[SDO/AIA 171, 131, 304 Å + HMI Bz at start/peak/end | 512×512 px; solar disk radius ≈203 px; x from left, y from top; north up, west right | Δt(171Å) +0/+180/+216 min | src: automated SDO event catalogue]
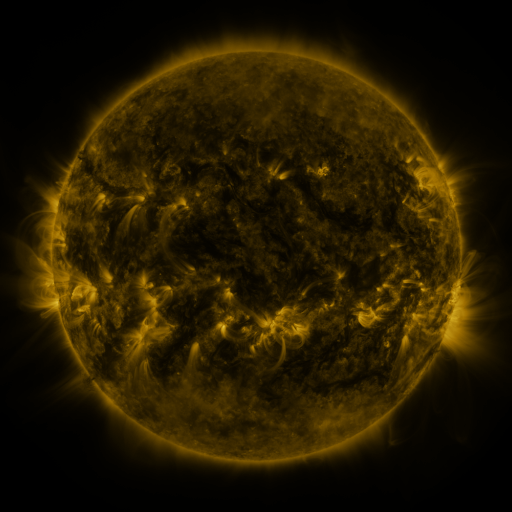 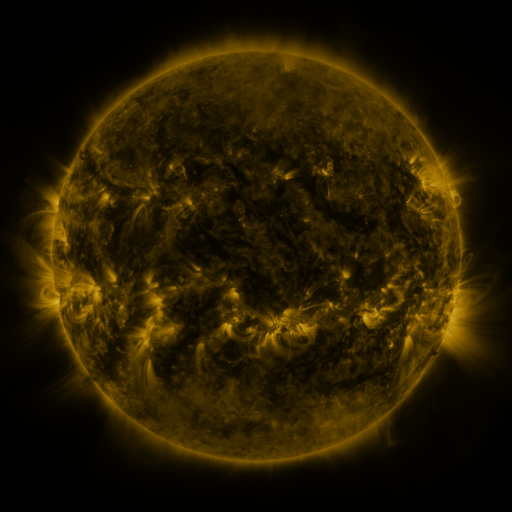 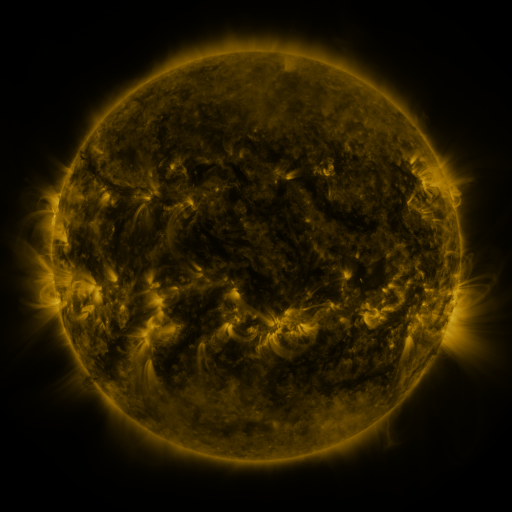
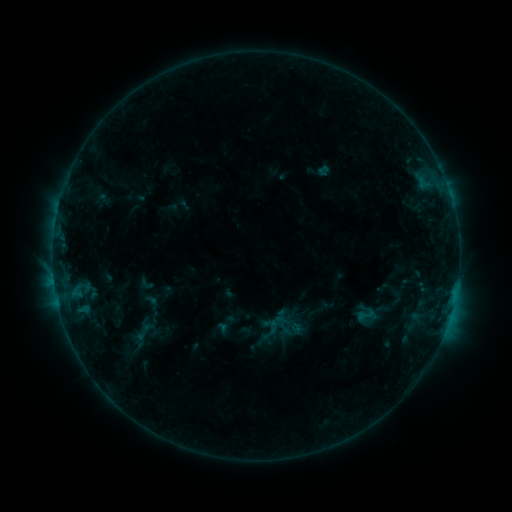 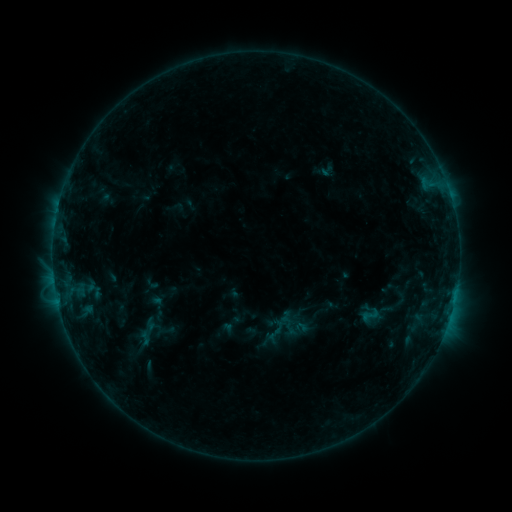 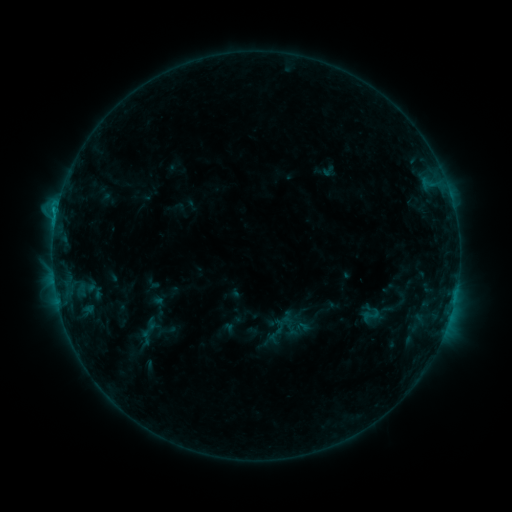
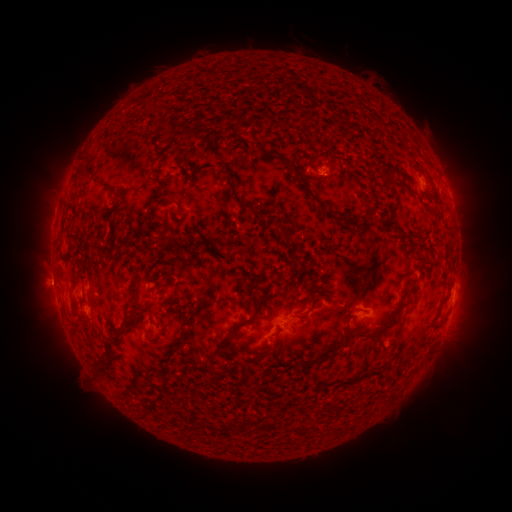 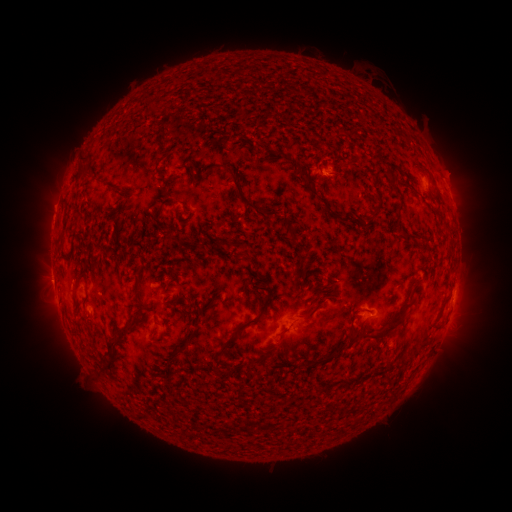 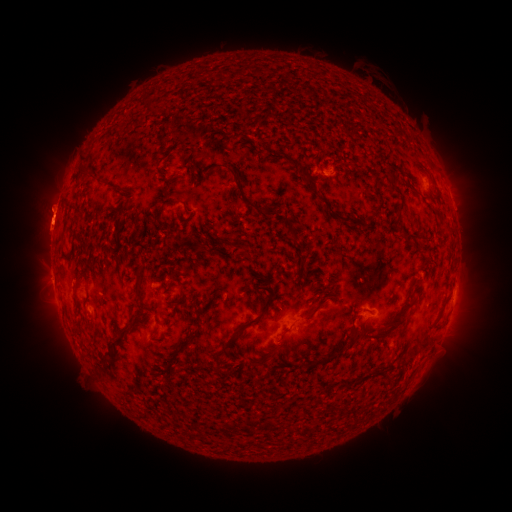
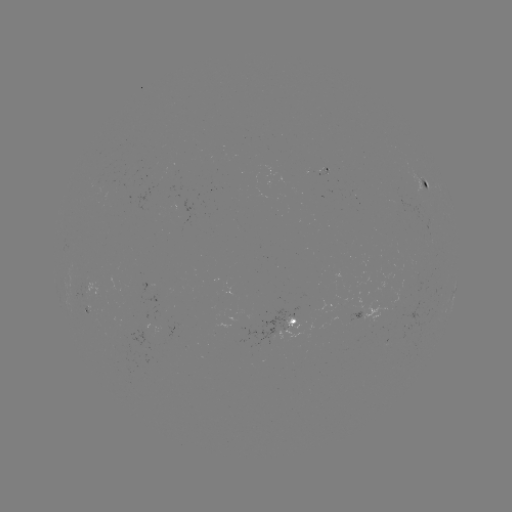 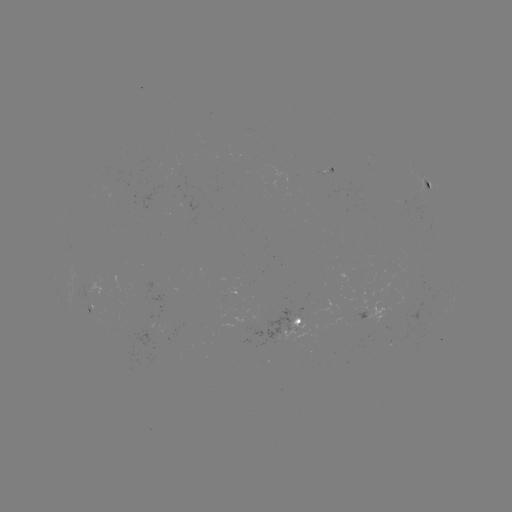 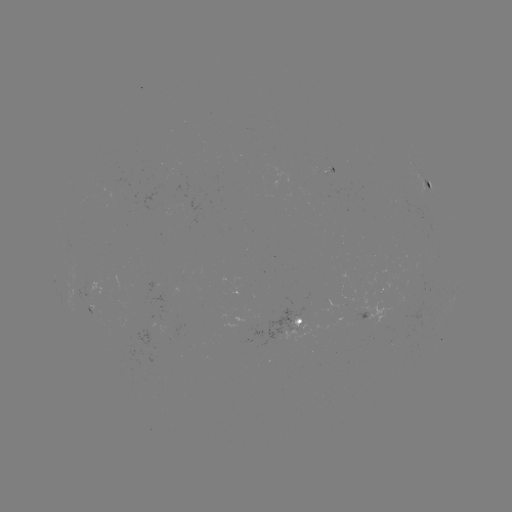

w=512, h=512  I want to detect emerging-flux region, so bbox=[78, 283, 93, 299].